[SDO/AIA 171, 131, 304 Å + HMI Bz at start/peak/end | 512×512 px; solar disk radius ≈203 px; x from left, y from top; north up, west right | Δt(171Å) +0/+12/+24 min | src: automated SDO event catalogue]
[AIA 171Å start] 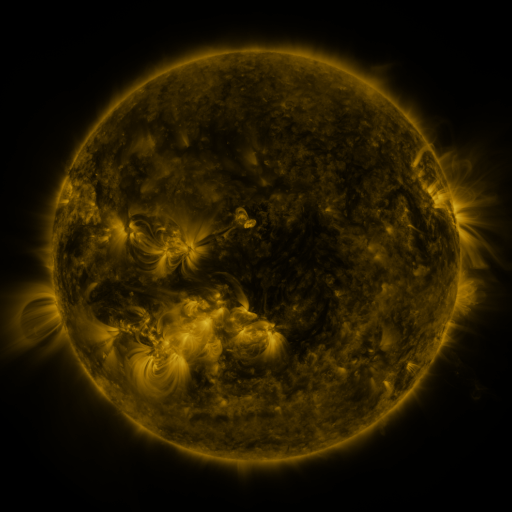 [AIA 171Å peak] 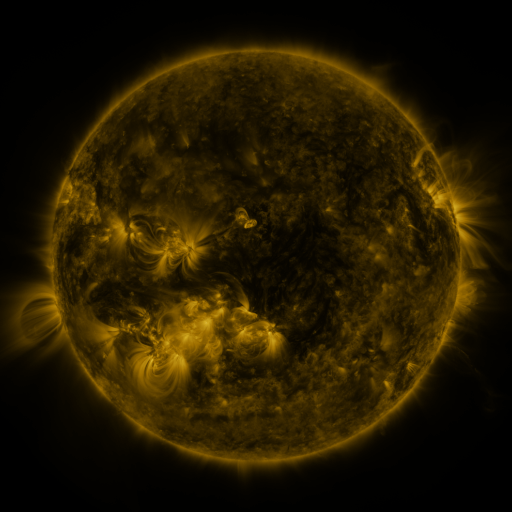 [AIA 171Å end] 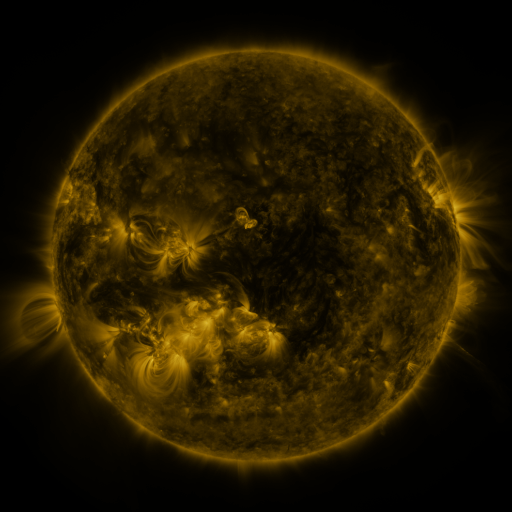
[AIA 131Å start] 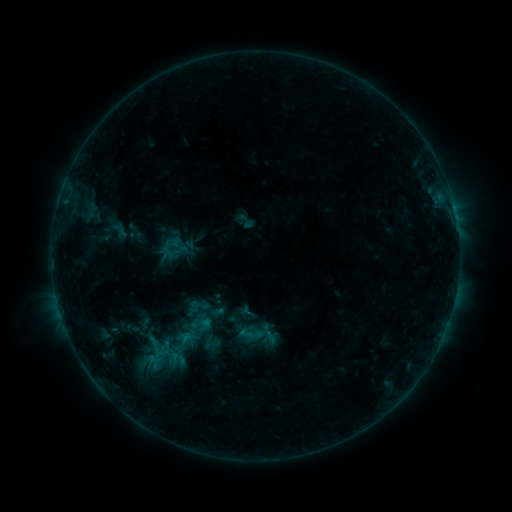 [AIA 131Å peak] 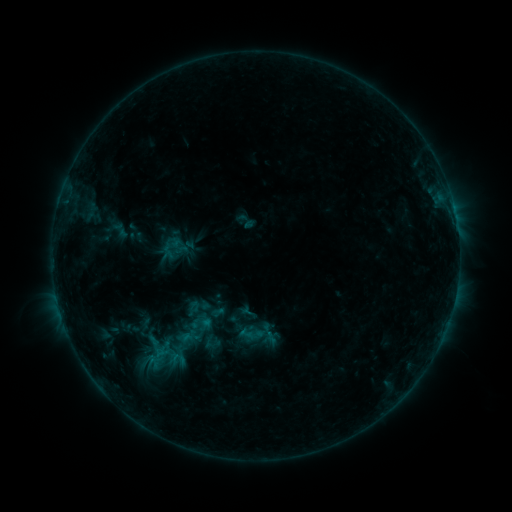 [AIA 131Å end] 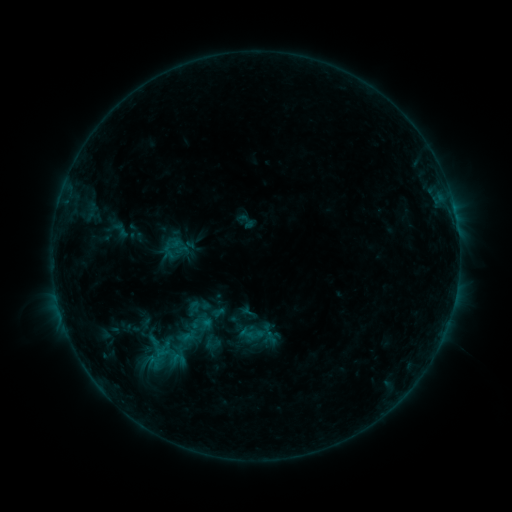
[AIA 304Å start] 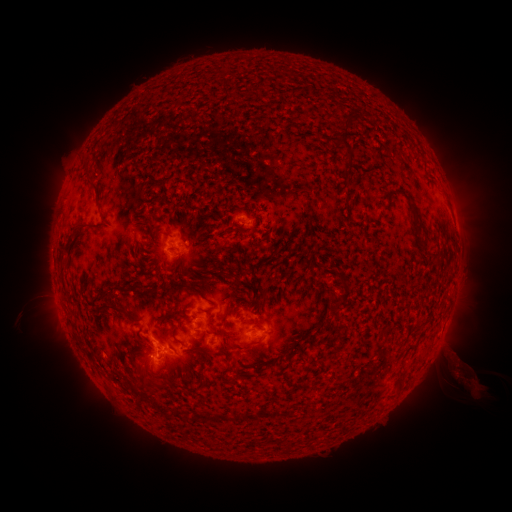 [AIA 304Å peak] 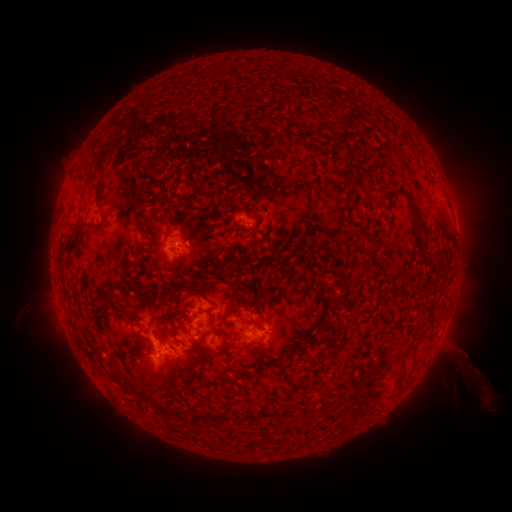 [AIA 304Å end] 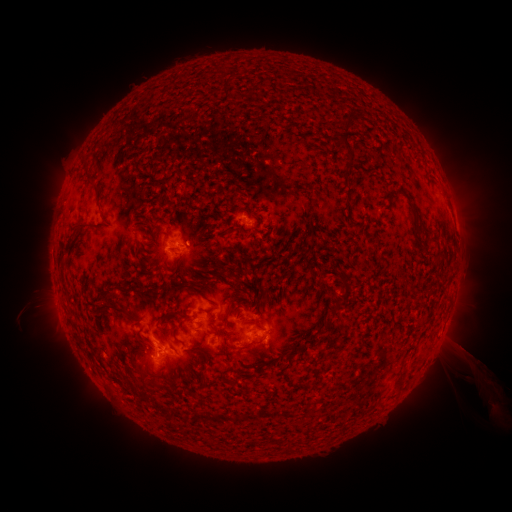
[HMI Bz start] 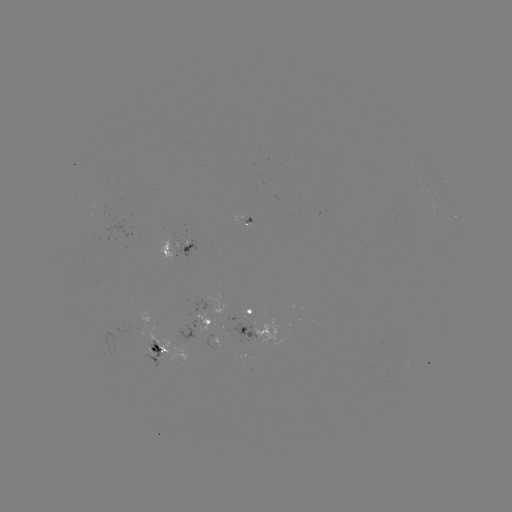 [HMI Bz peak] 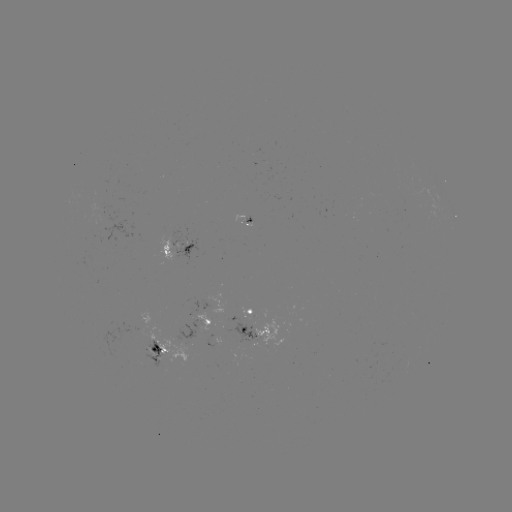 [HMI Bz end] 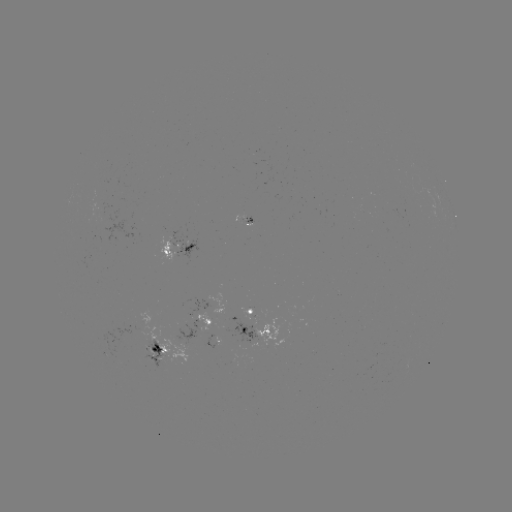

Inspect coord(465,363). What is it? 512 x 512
eruption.